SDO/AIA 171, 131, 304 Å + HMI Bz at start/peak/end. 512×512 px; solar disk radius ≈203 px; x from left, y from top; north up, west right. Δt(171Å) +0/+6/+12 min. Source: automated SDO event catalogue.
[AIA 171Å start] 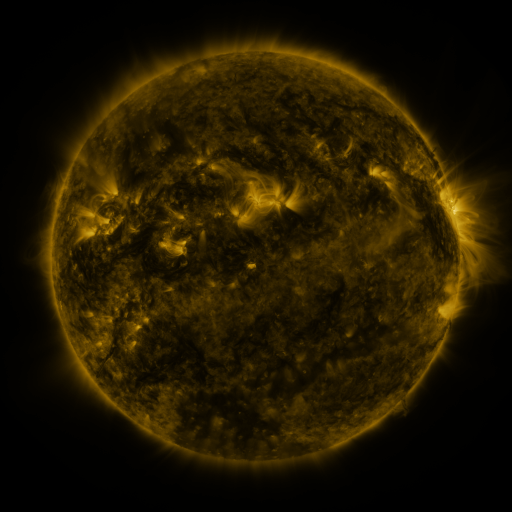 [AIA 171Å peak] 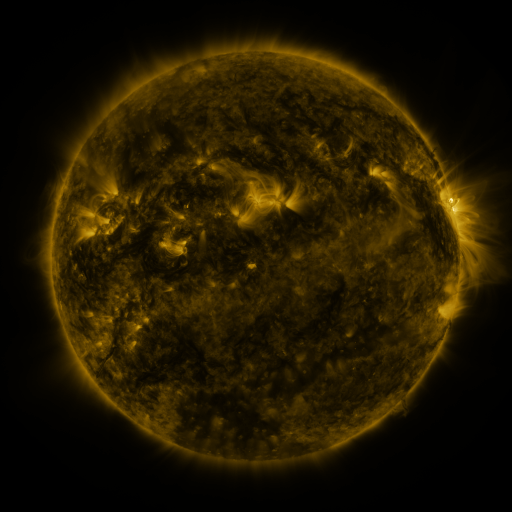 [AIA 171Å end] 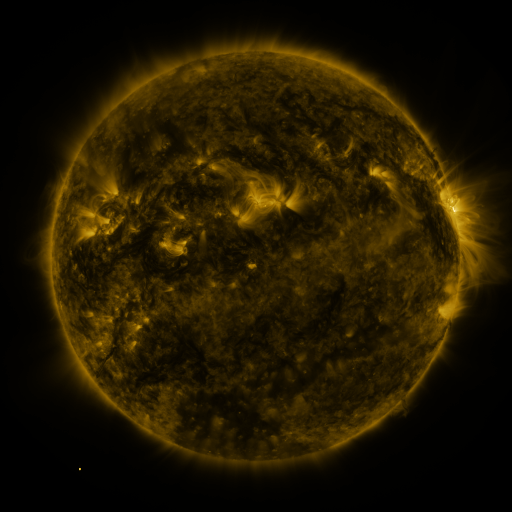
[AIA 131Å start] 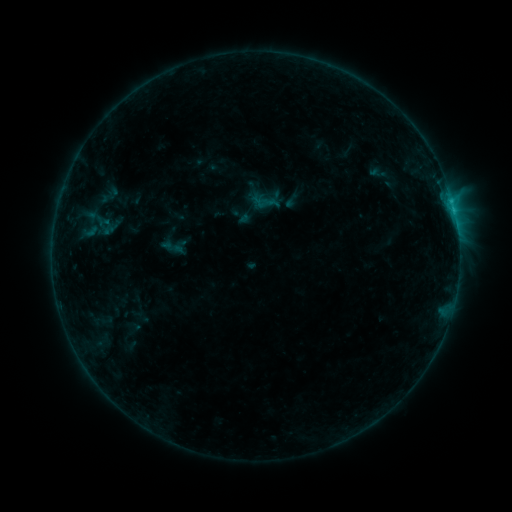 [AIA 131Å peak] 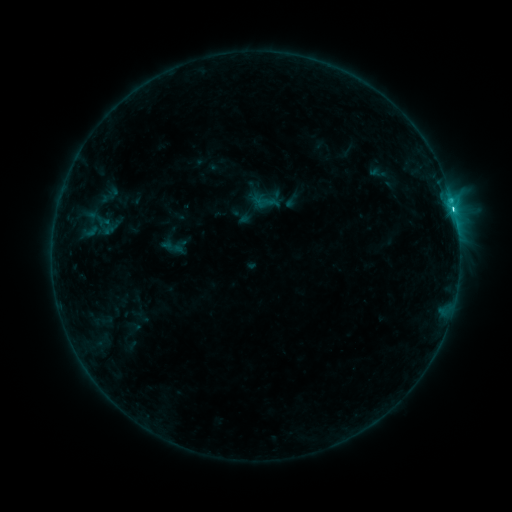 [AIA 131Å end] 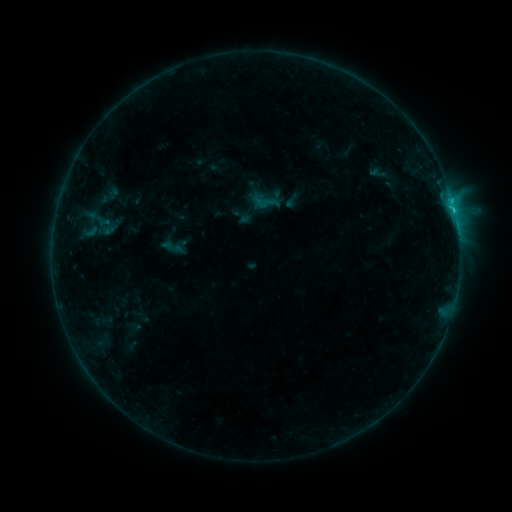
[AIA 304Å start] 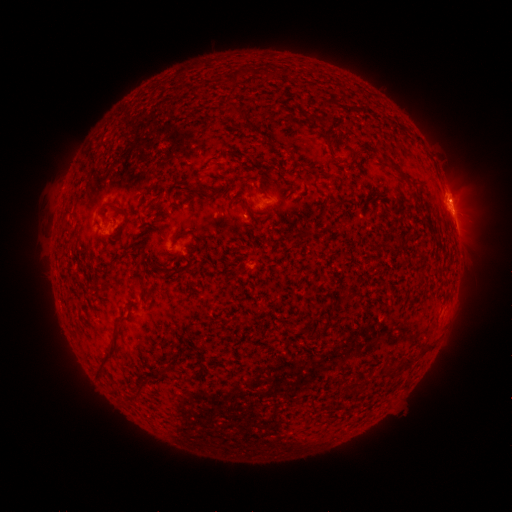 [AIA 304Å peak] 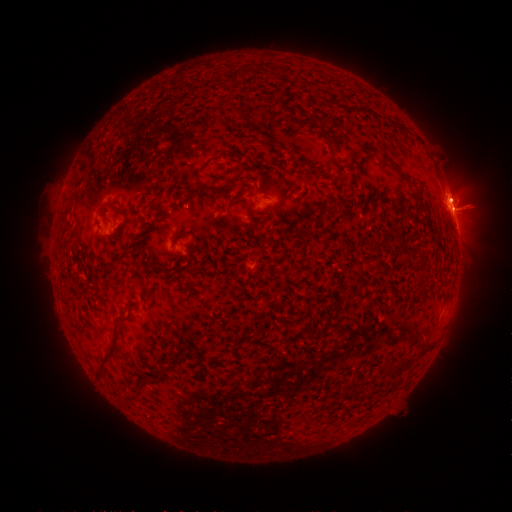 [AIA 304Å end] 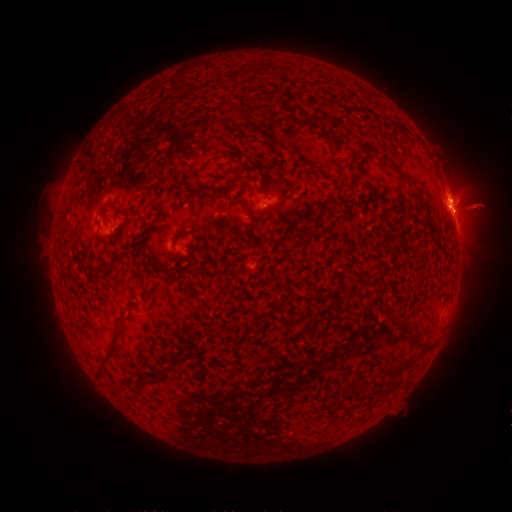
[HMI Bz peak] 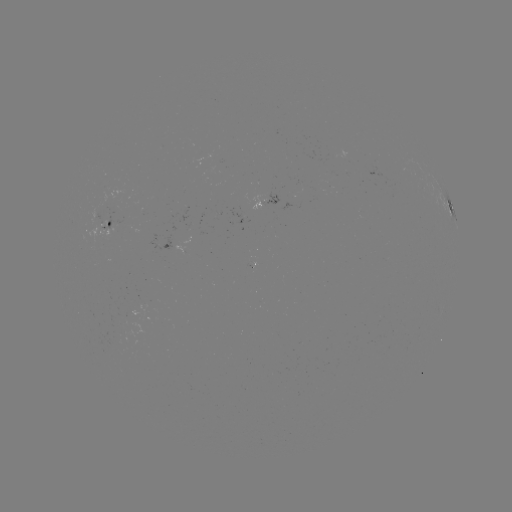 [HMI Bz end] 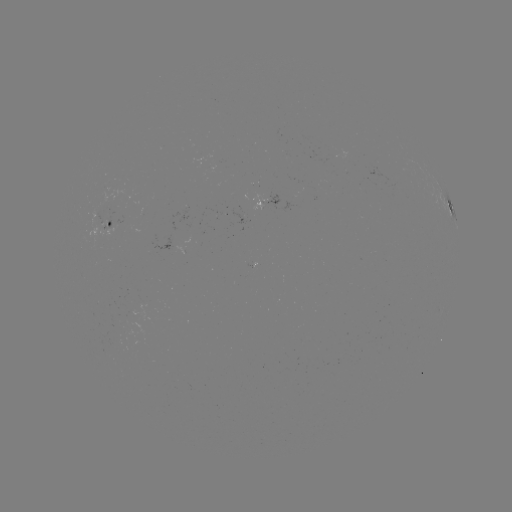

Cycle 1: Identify eruption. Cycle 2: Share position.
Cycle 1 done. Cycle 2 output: [477, 211].